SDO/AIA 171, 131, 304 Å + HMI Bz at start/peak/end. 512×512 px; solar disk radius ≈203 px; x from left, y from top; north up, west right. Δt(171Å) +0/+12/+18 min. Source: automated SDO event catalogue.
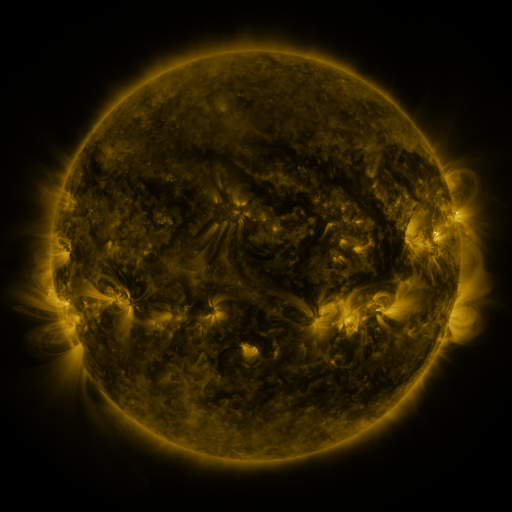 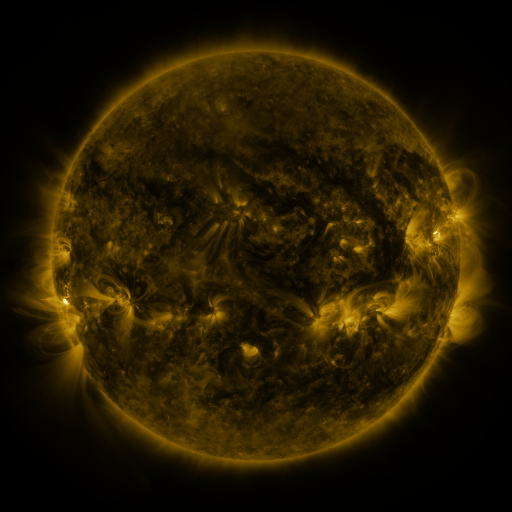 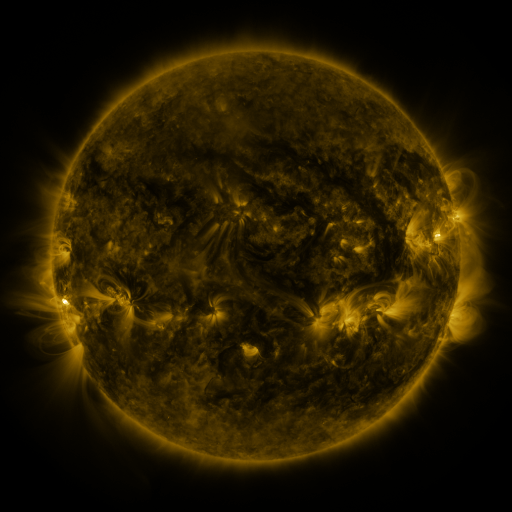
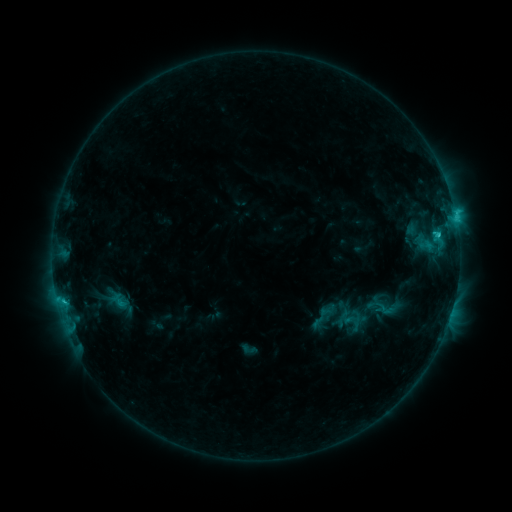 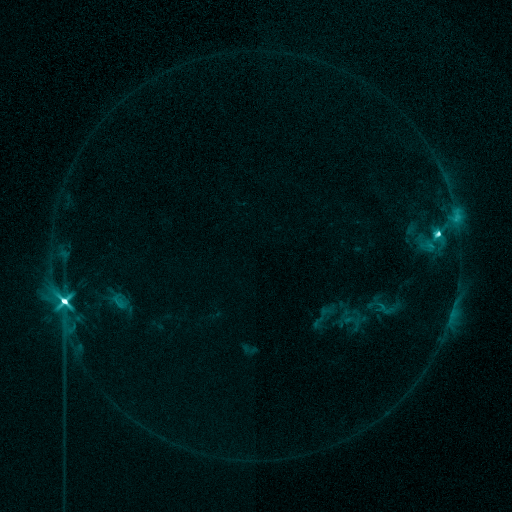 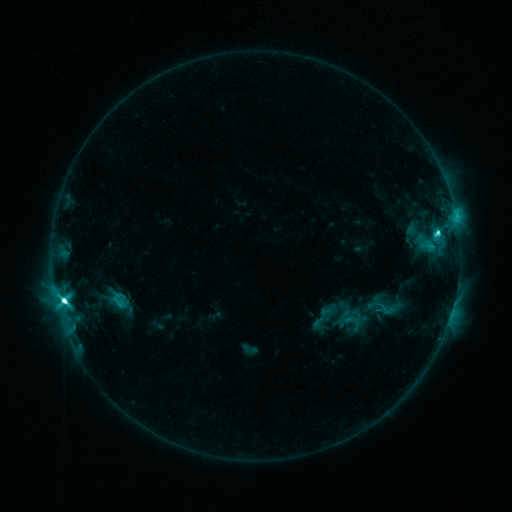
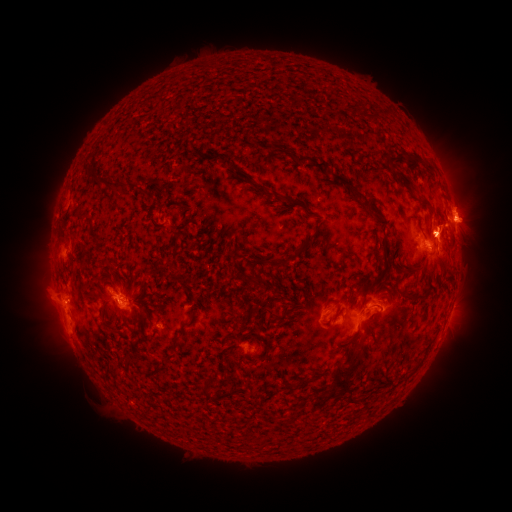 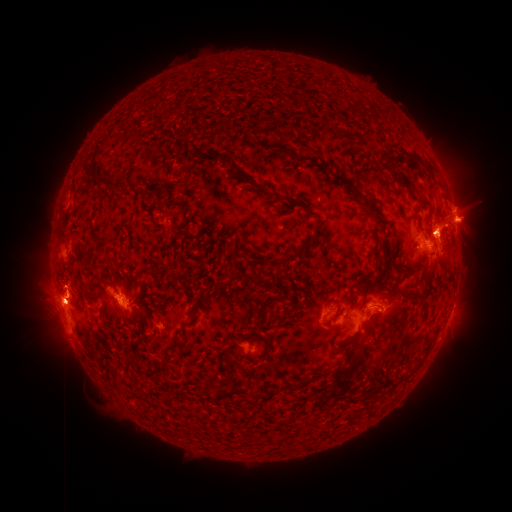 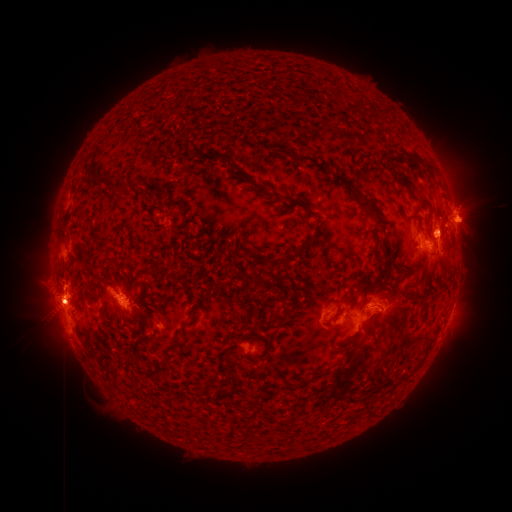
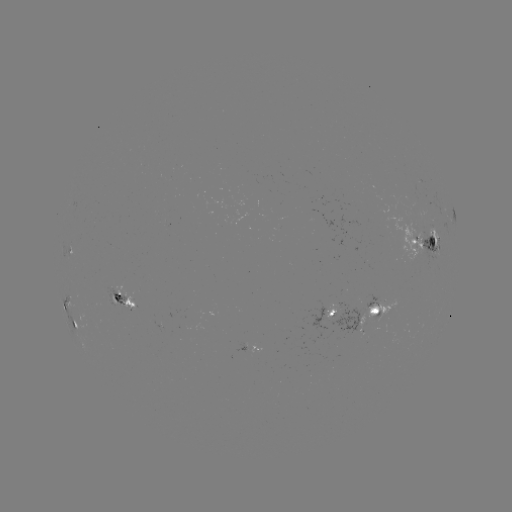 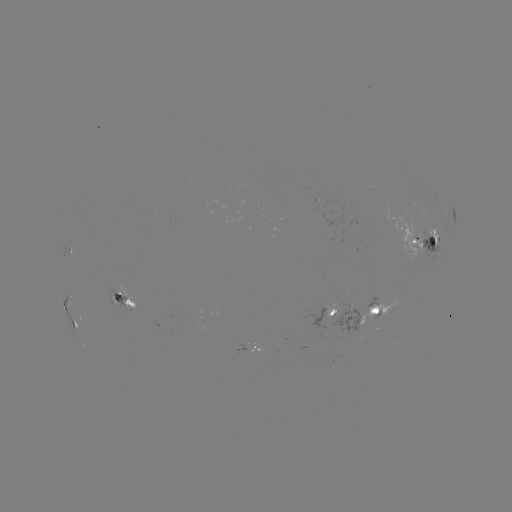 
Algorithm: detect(M3.5 flare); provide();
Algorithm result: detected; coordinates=[65, 299]